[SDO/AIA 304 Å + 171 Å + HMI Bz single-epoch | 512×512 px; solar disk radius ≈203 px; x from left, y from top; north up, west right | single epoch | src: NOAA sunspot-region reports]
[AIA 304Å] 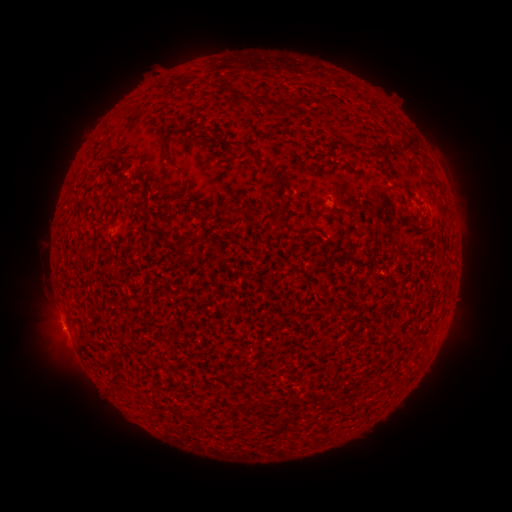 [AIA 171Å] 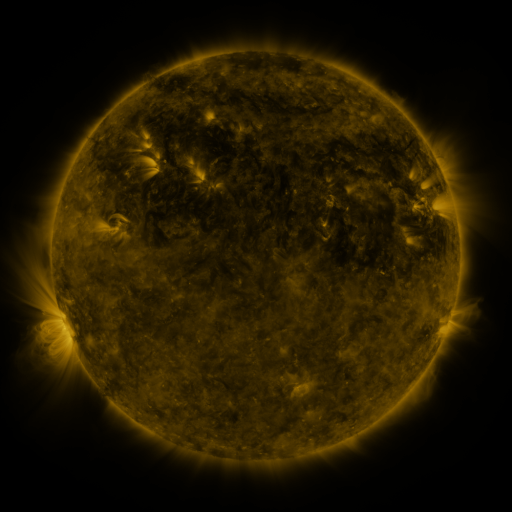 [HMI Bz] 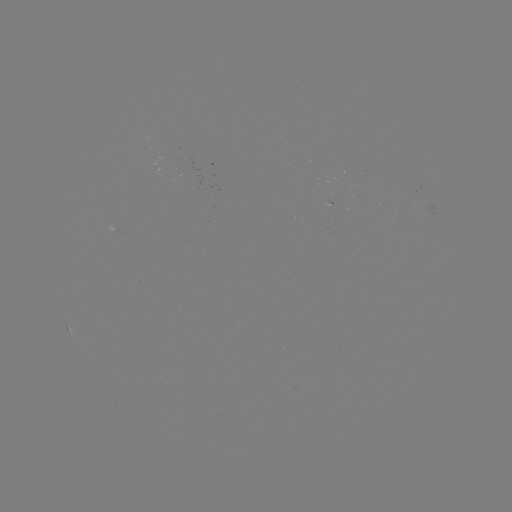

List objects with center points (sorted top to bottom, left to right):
(none)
